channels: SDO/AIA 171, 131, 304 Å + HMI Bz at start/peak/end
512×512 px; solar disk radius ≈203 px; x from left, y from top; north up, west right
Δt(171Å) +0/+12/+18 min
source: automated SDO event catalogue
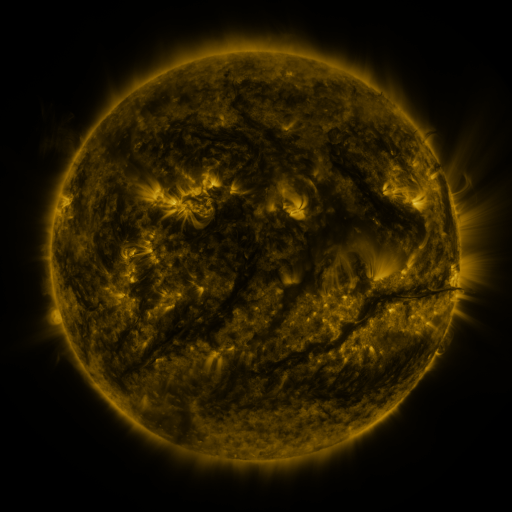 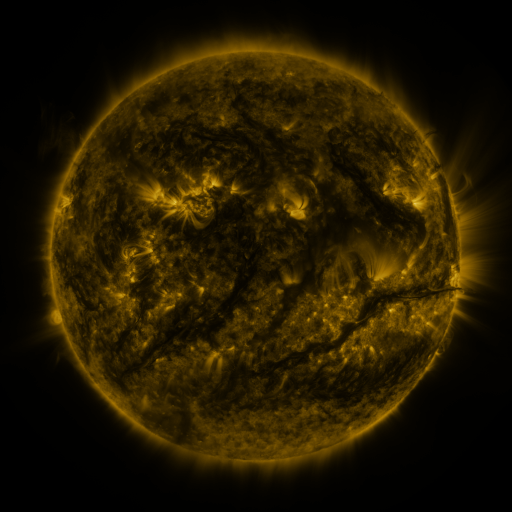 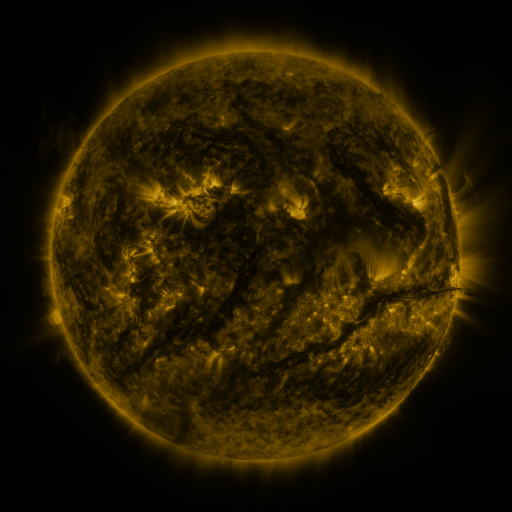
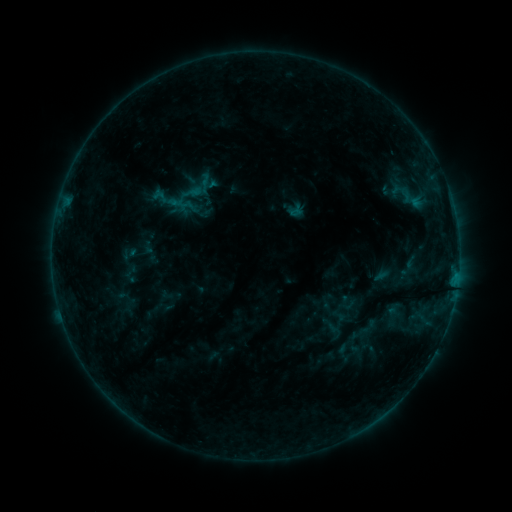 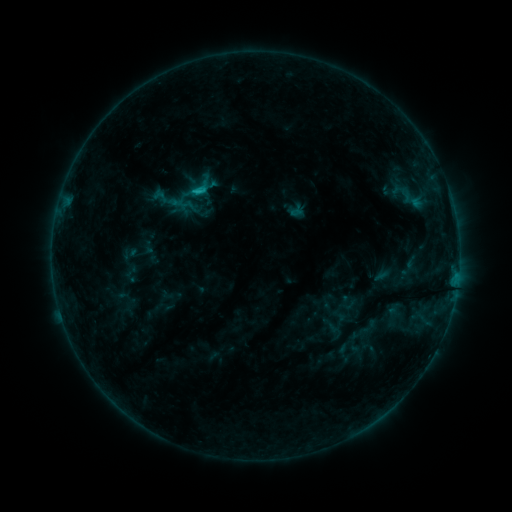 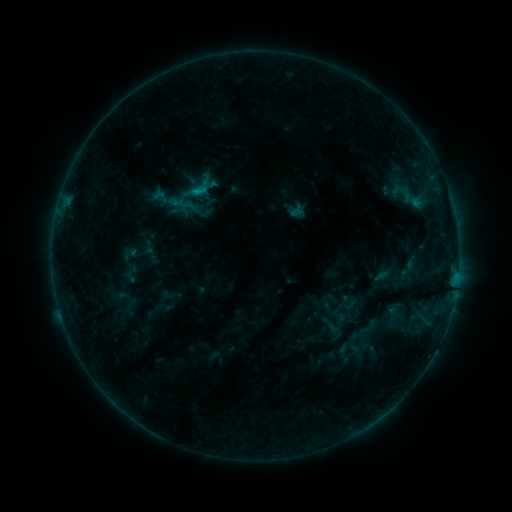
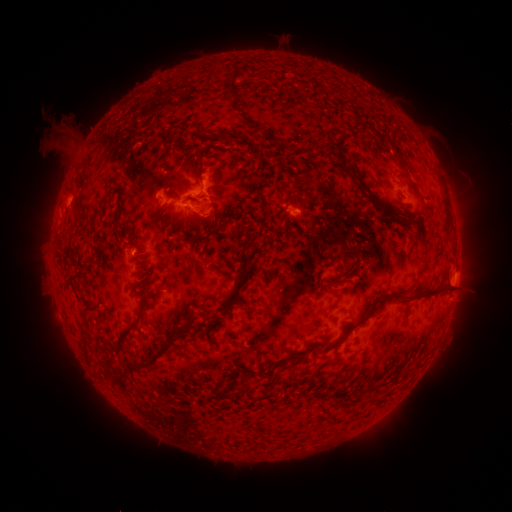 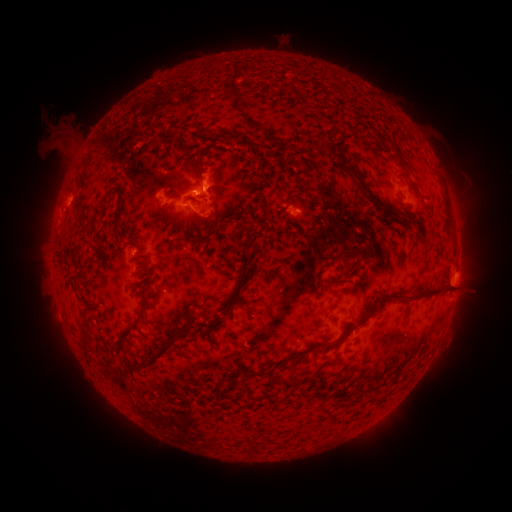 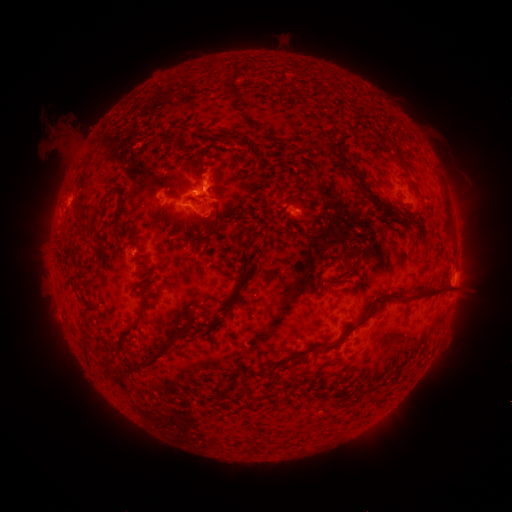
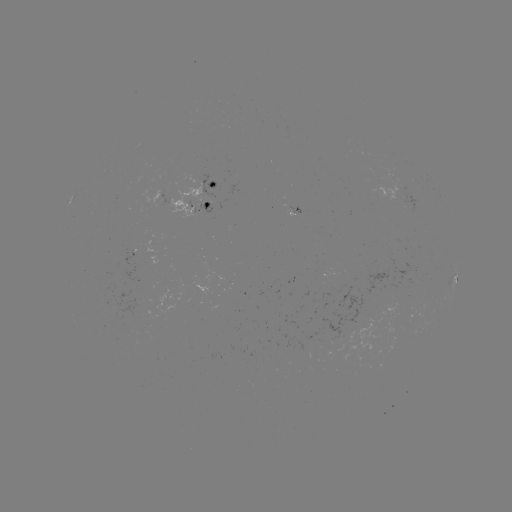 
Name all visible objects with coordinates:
B9.6 flare: (200, 194)
